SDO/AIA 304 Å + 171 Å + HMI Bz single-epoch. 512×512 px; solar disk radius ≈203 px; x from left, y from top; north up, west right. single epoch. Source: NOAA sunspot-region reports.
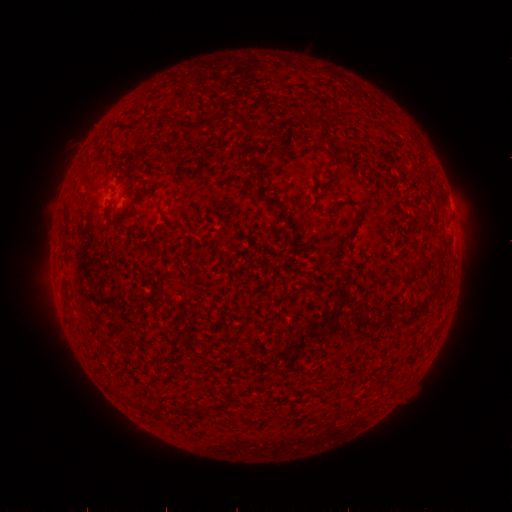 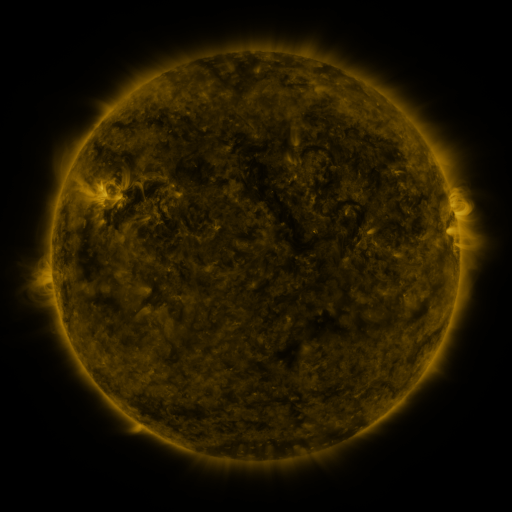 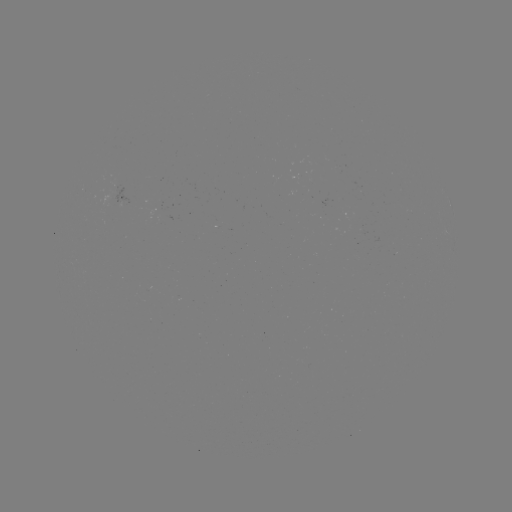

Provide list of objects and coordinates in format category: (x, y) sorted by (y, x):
spotted active region: (127, 198)
spotted active region: (451, 206)
